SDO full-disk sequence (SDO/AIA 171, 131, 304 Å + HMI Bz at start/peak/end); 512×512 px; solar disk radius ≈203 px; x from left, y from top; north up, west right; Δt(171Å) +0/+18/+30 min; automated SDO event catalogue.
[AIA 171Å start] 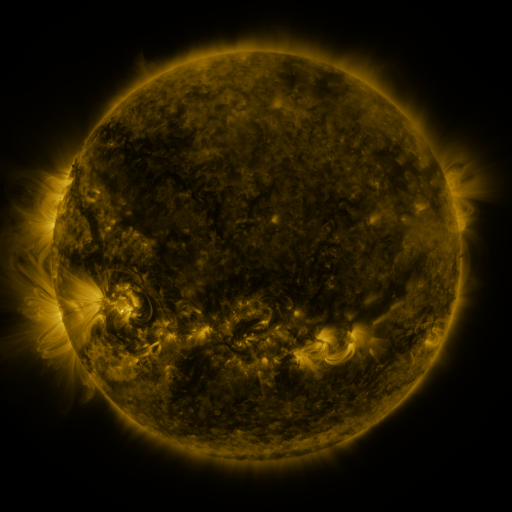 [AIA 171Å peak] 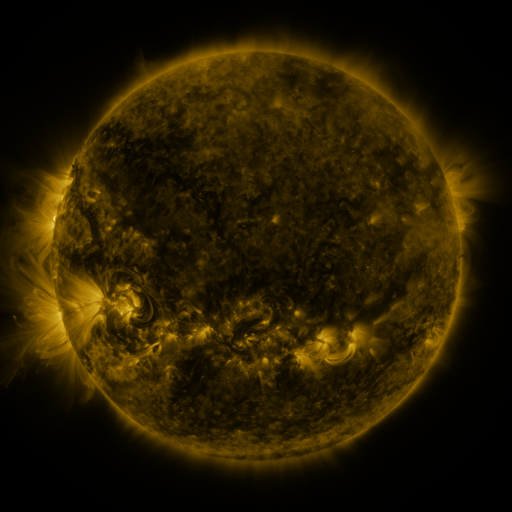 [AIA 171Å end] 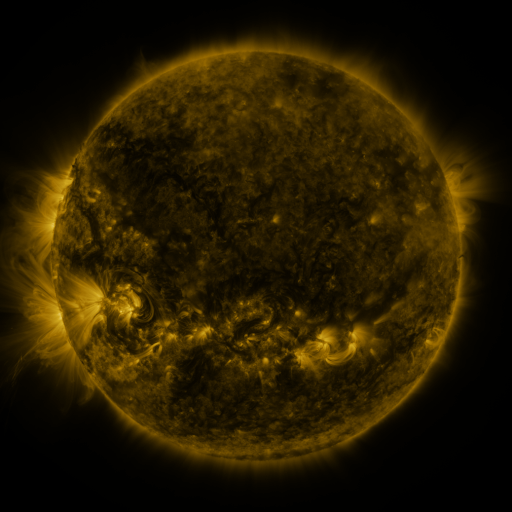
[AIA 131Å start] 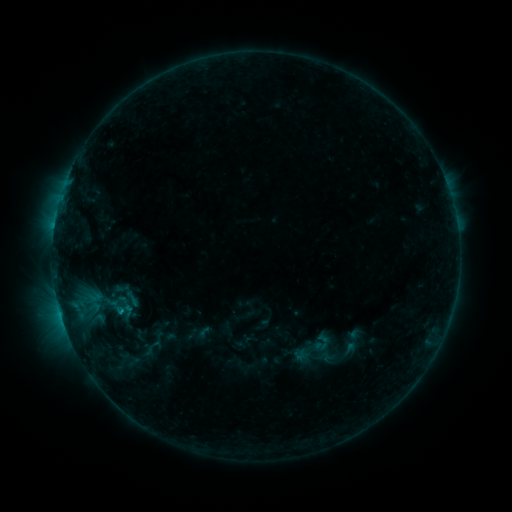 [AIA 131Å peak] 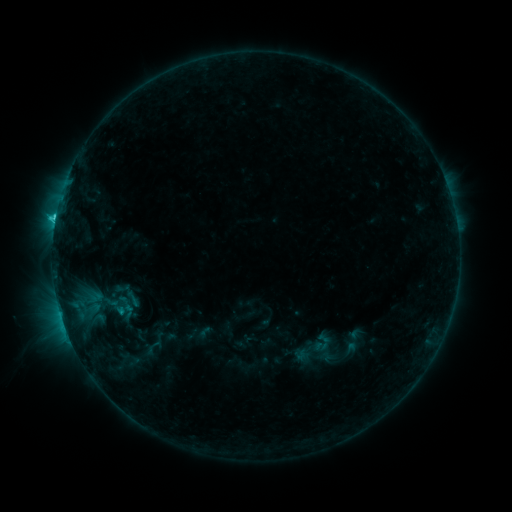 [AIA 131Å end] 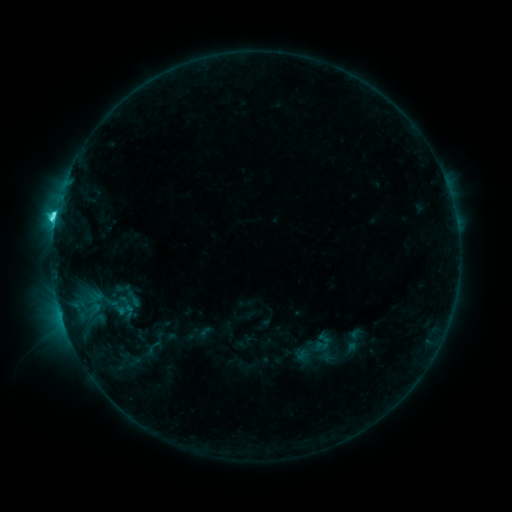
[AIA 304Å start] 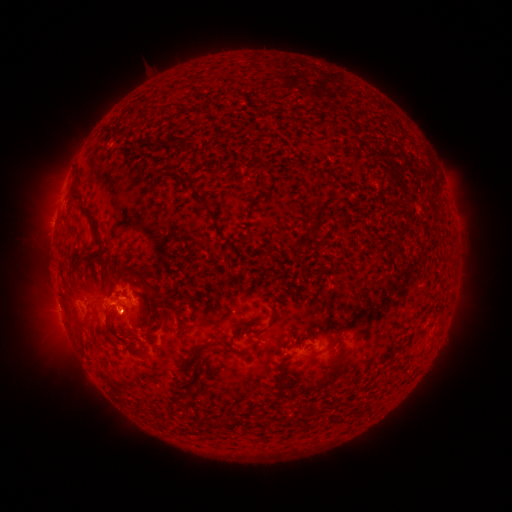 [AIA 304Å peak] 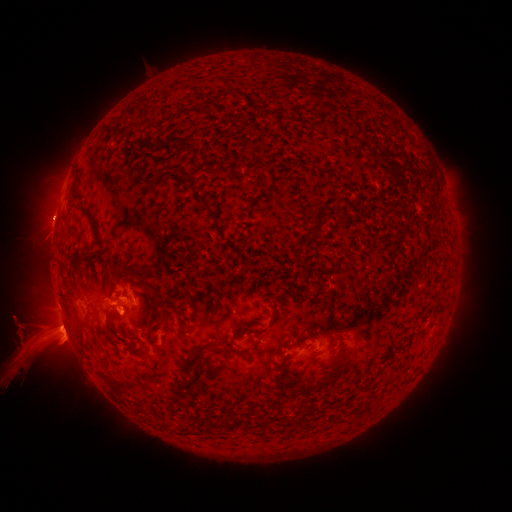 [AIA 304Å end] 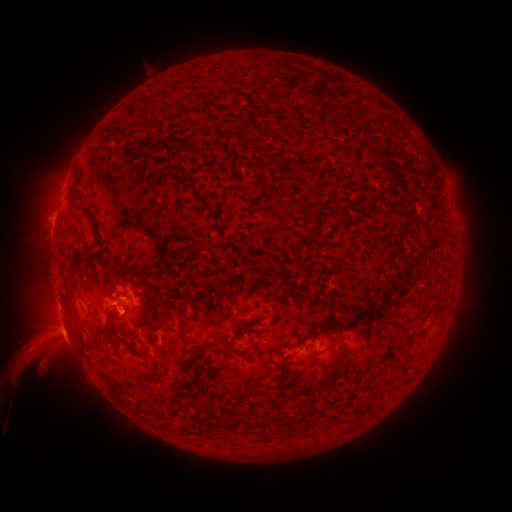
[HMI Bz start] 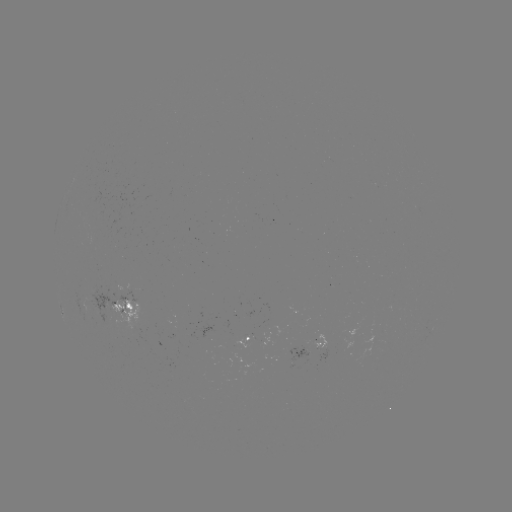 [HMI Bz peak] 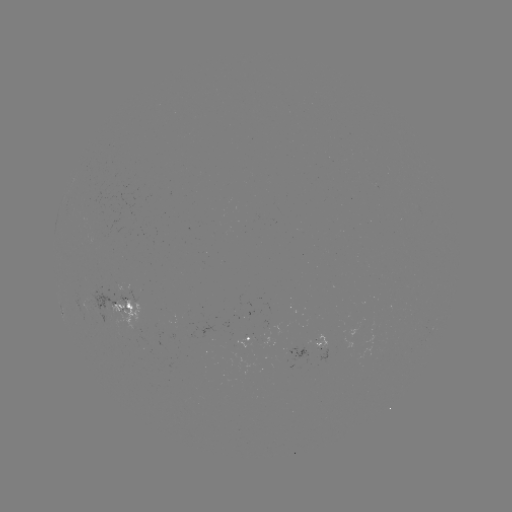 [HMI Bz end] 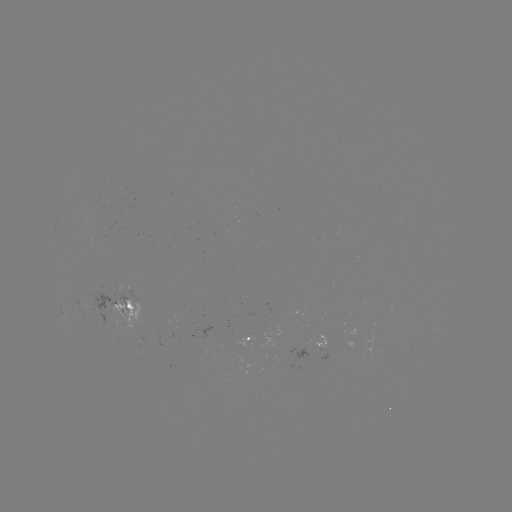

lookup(eruption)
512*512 [41, 340]